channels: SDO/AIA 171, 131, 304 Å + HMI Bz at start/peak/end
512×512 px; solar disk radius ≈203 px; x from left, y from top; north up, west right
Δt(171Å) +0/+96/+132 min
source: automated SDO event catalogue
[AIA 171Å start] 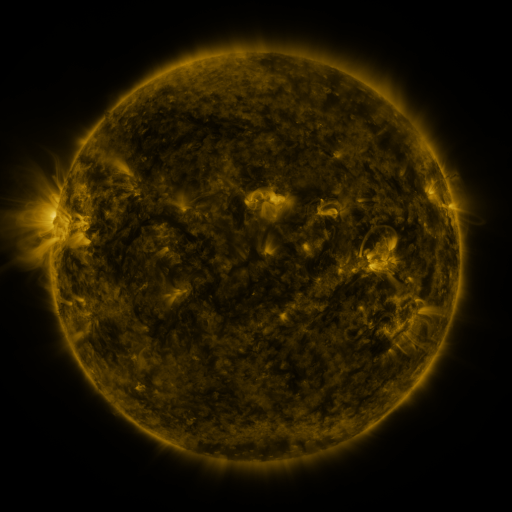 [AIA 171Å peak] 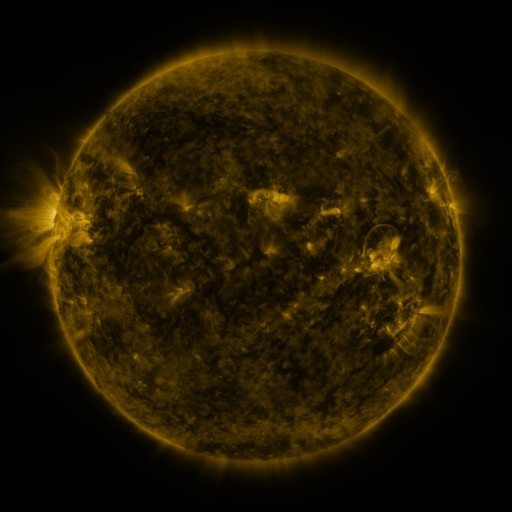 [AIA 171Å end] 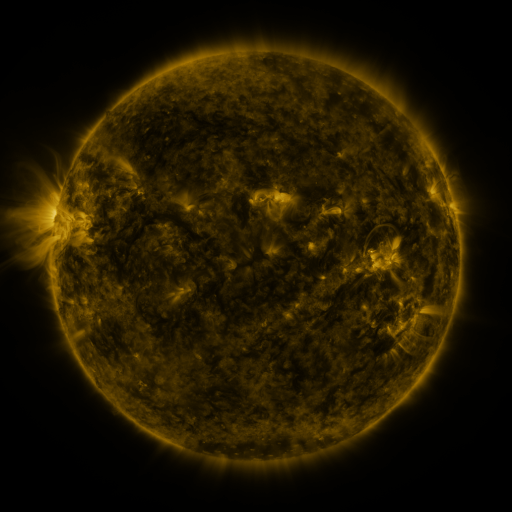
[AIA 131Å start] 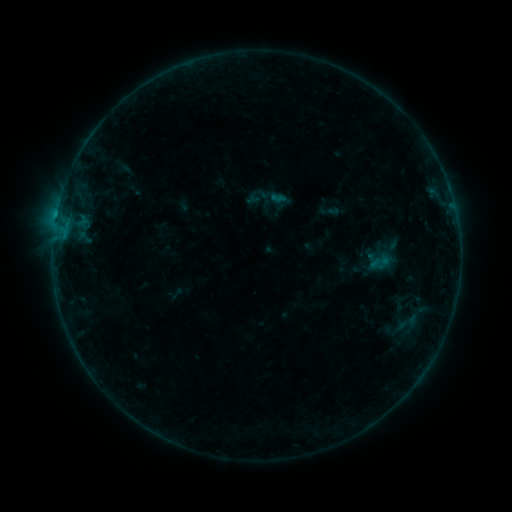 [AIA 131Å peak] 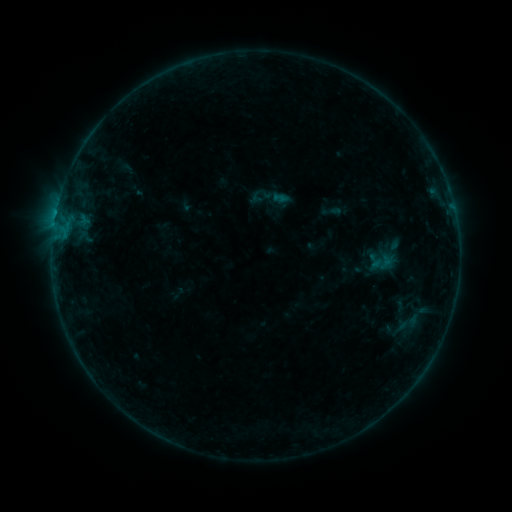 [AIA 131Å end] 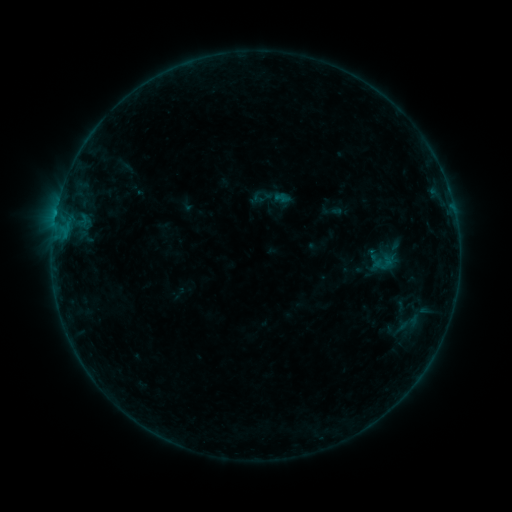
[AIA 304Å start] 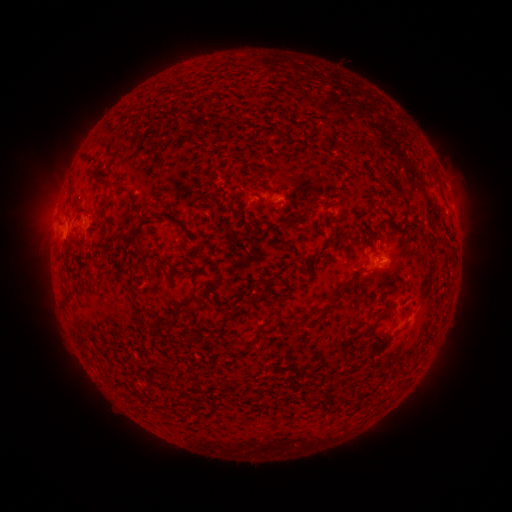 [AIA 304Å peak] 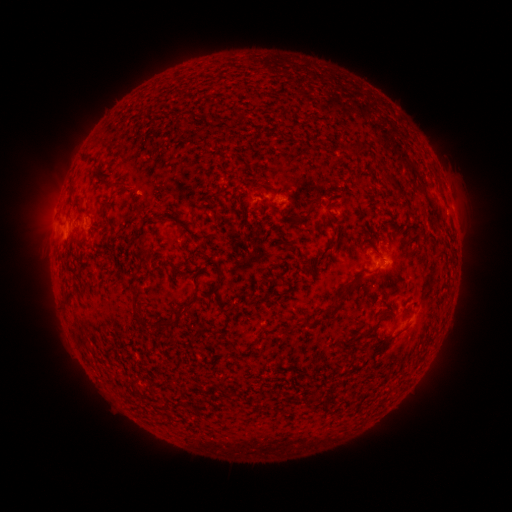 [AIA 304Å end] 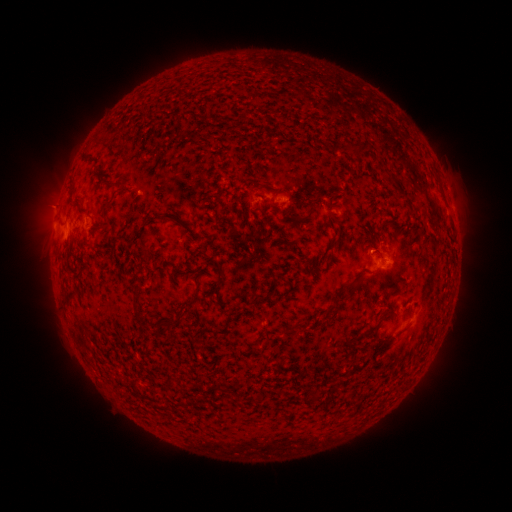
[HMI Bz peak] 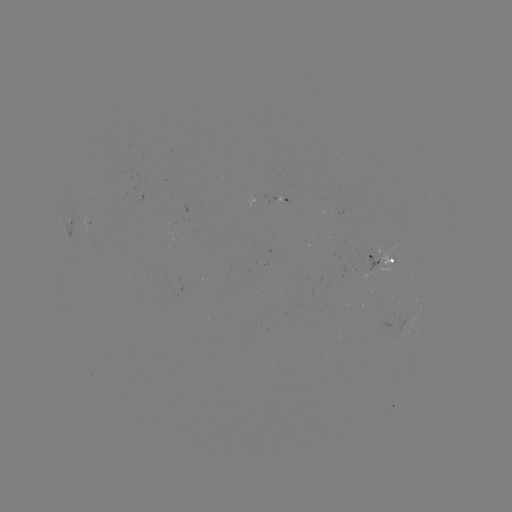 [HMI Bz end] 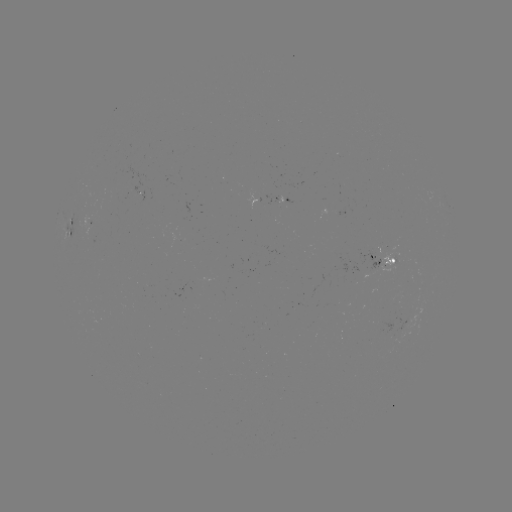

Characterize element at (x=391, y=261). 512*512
emerging-flux region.